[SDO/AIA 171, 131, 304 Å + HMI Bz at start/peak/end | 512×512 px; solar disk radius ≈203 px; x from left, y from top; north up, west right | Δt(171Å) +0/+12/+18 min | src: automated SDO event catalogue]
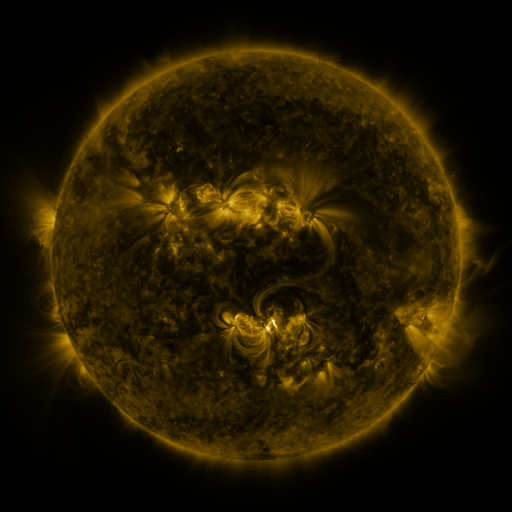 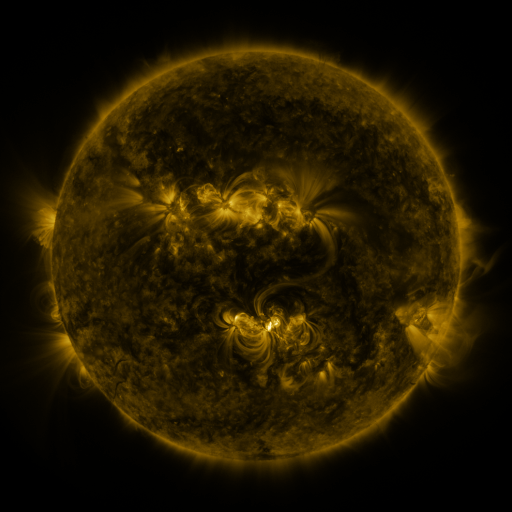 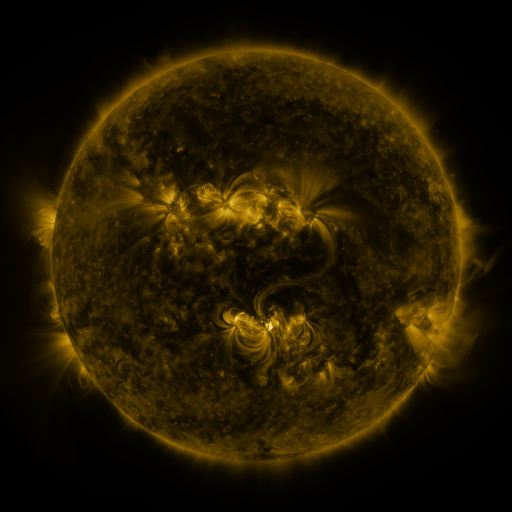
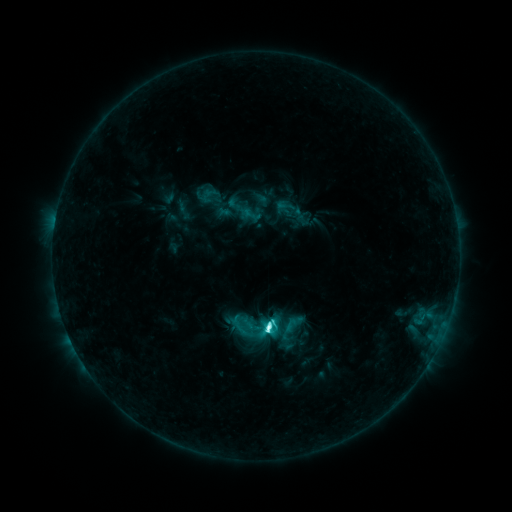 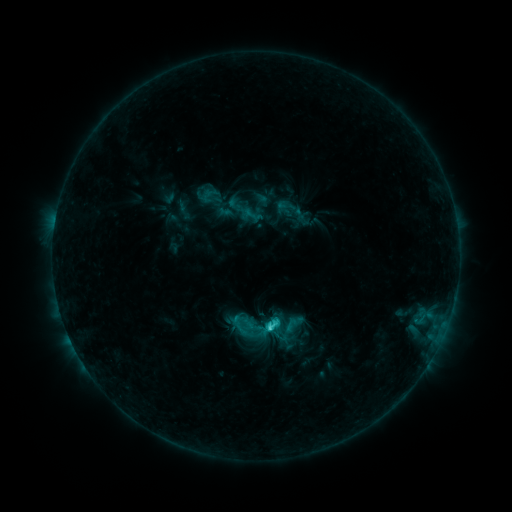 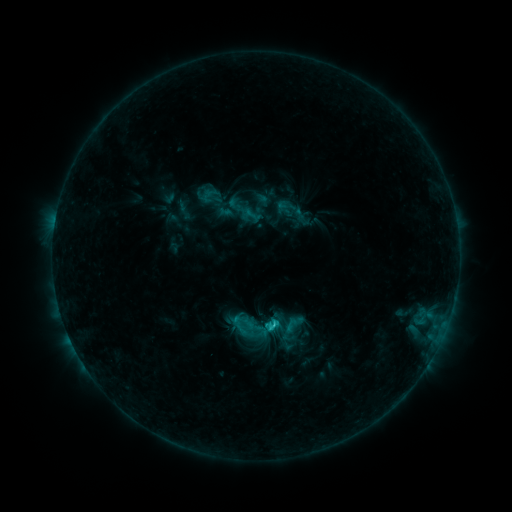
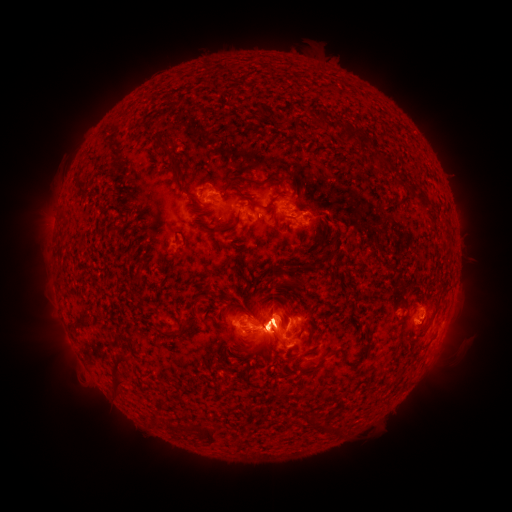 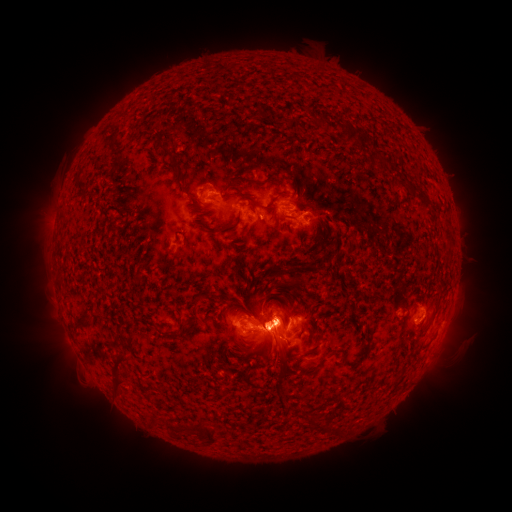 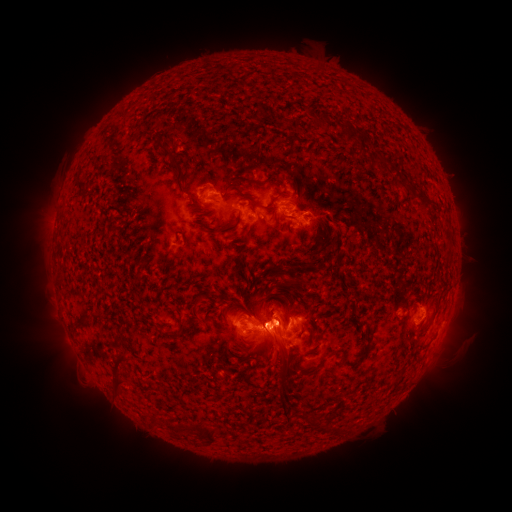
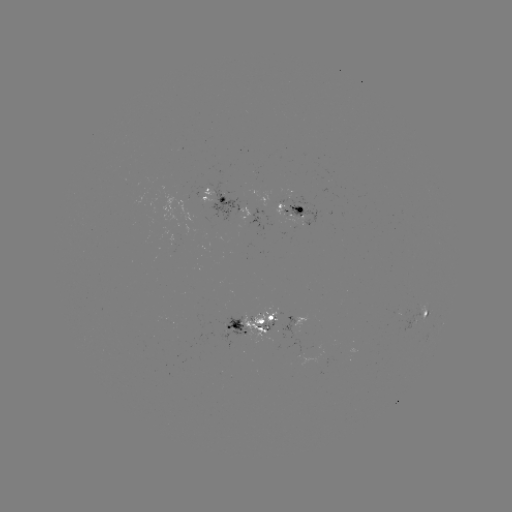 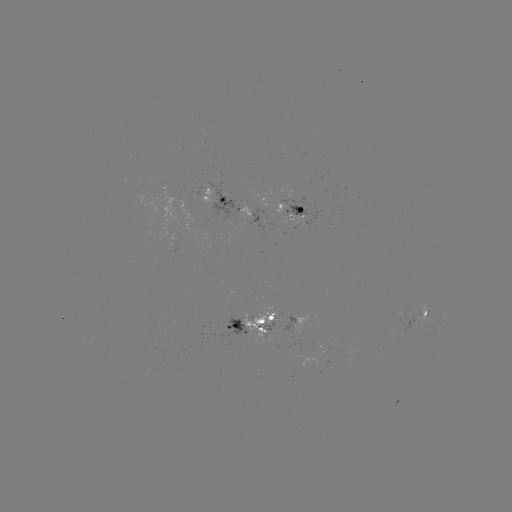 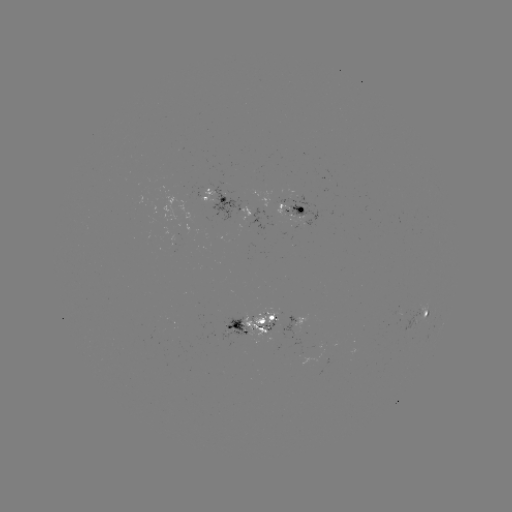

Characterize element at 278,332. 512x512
eruption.